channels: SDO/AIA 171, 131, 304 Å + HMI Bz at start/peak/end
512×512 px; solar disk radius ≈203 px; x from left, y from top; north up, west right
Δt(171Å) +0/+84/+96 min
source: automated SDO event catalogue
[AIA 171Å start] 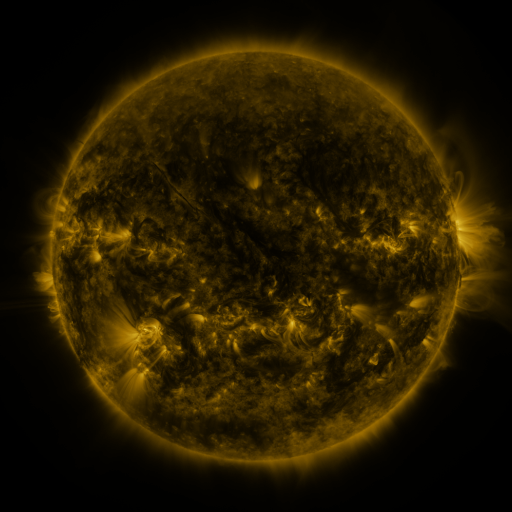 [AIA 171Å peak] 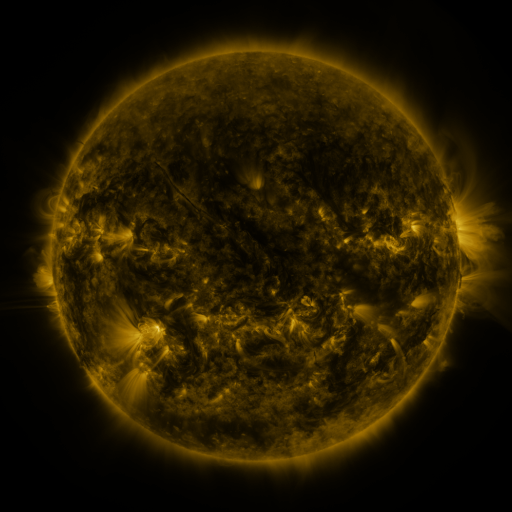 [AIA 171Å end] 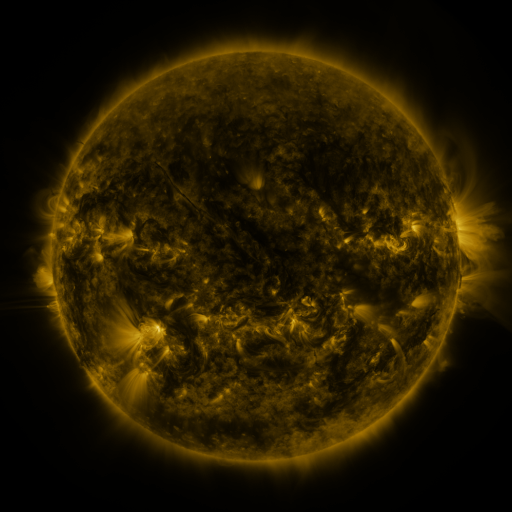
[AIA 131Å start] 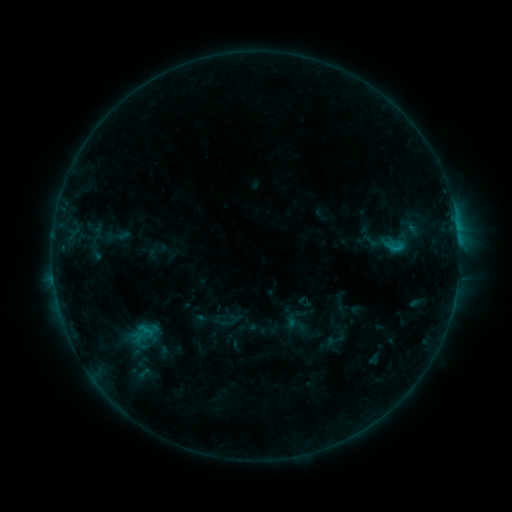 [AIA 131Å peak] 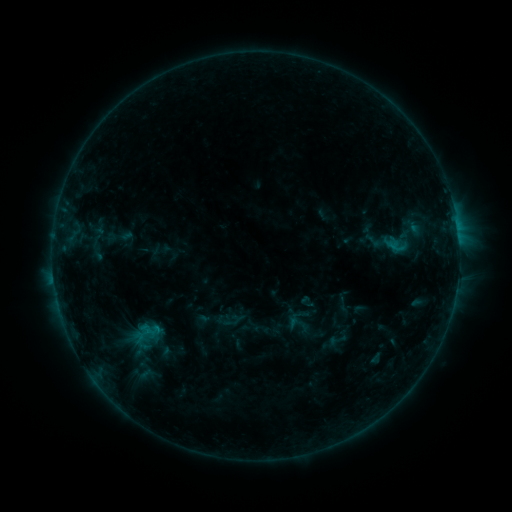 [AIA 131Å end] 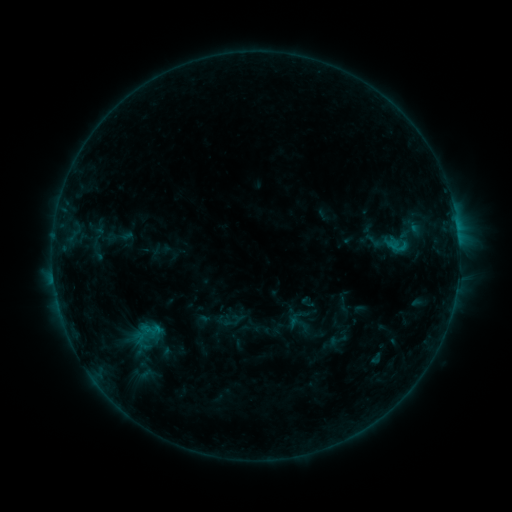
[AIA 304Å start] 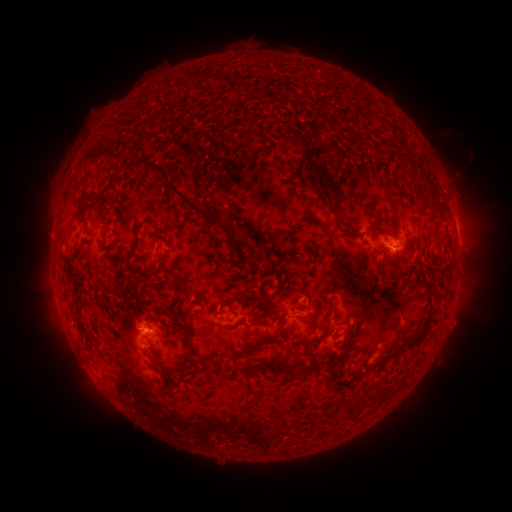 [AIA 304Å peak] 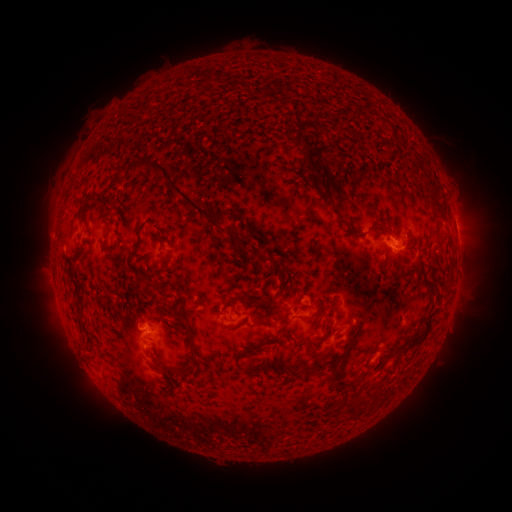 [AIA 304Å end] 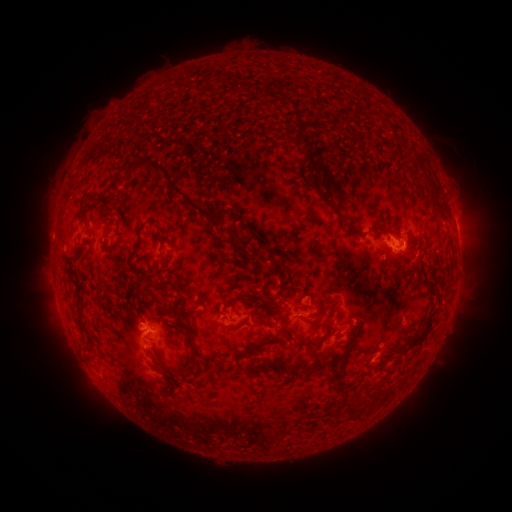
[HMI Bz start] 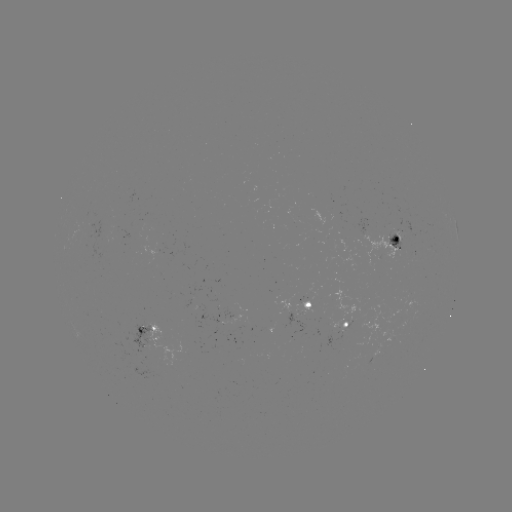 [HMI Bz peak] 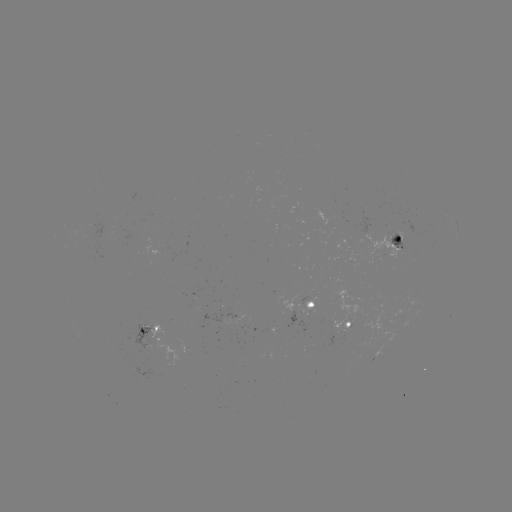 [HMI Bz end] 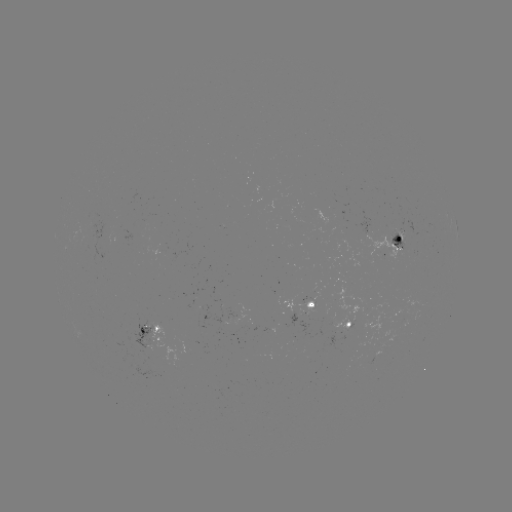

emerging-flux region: (299, 297, 316, 317)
